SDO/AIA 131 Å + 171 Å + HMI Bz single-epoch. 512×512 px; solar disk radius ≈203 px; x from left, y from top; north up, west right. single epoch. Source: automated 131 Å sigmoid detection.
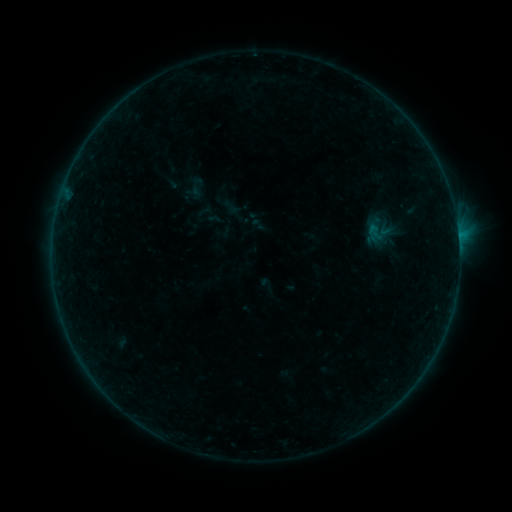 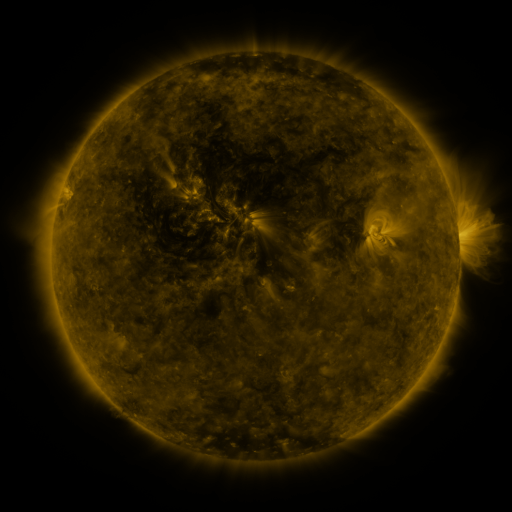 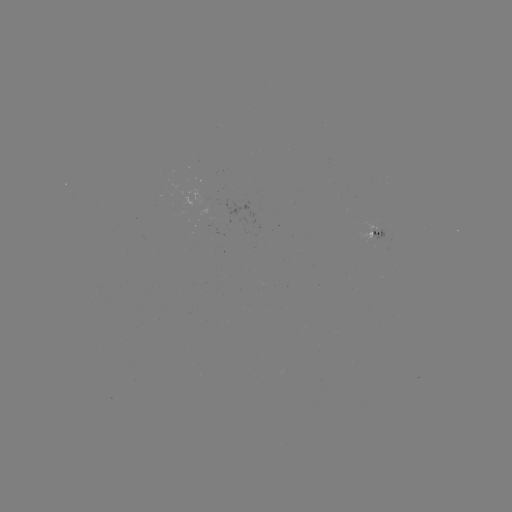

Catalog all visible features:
sigmoid: (197, 187)
